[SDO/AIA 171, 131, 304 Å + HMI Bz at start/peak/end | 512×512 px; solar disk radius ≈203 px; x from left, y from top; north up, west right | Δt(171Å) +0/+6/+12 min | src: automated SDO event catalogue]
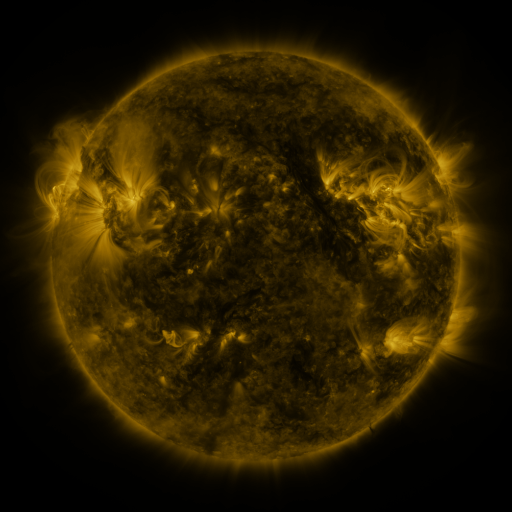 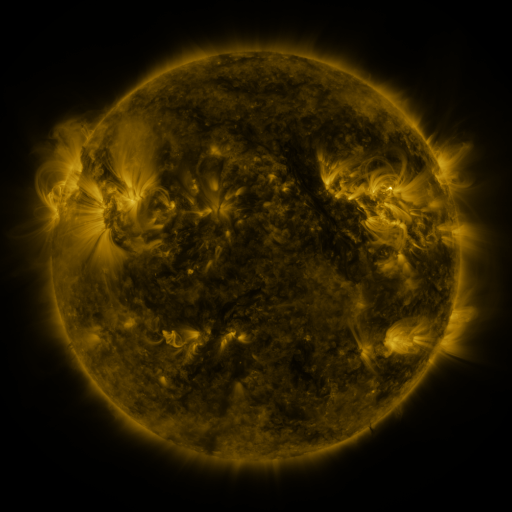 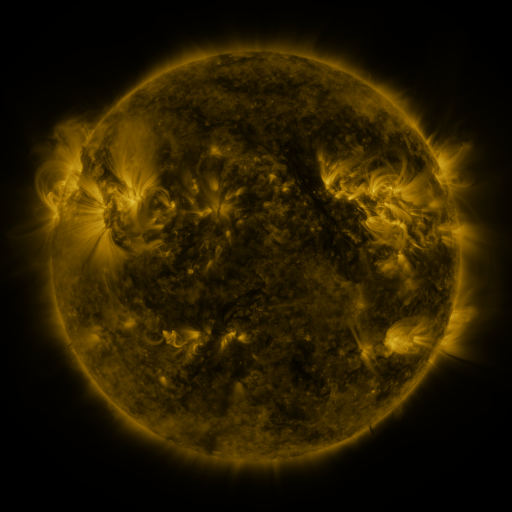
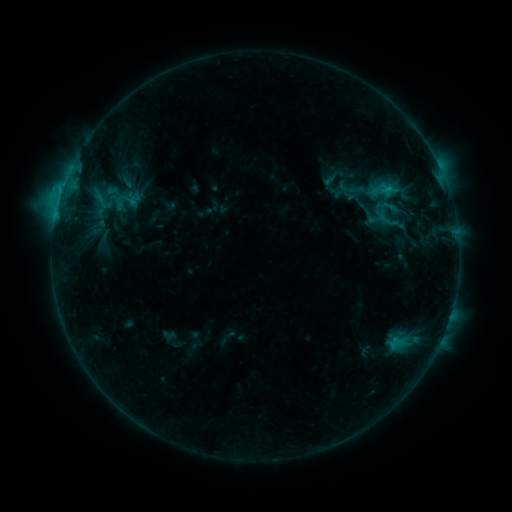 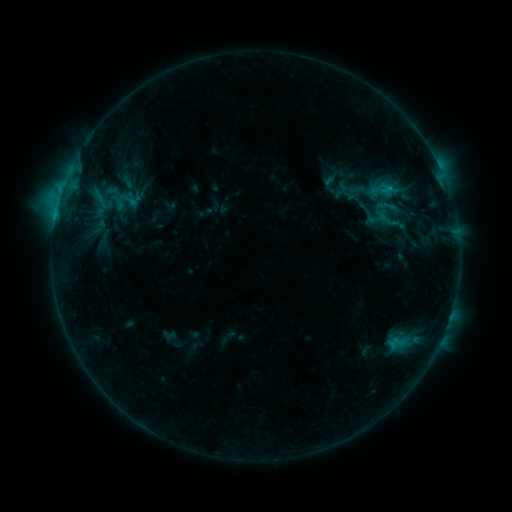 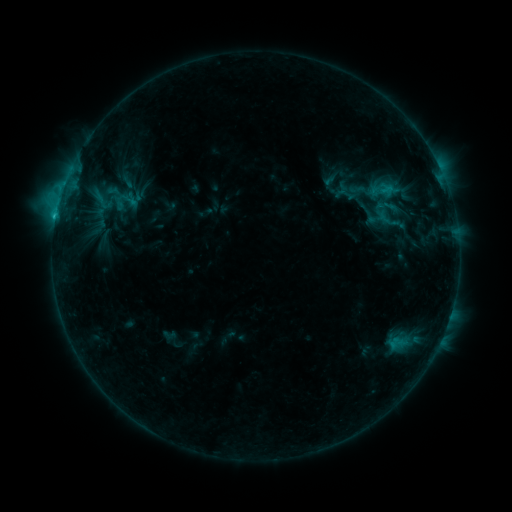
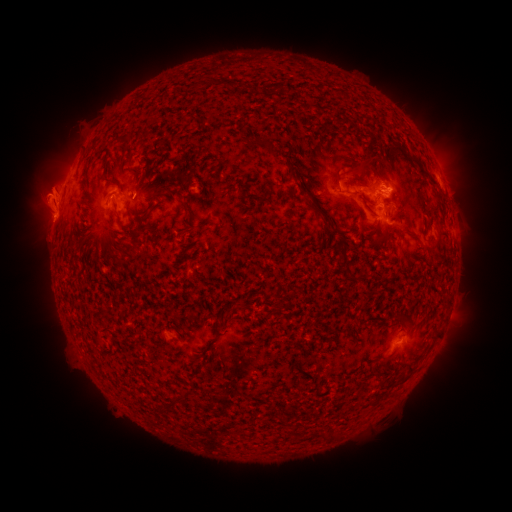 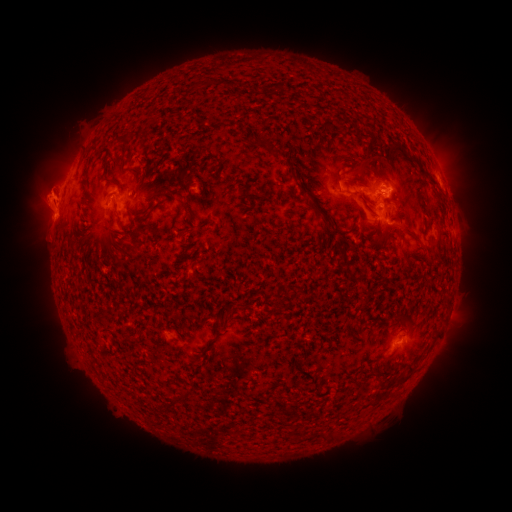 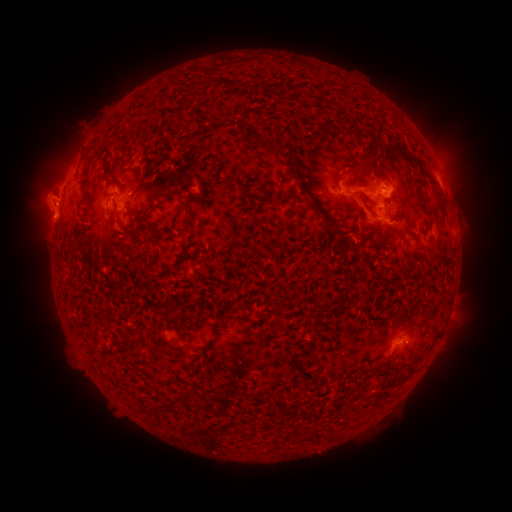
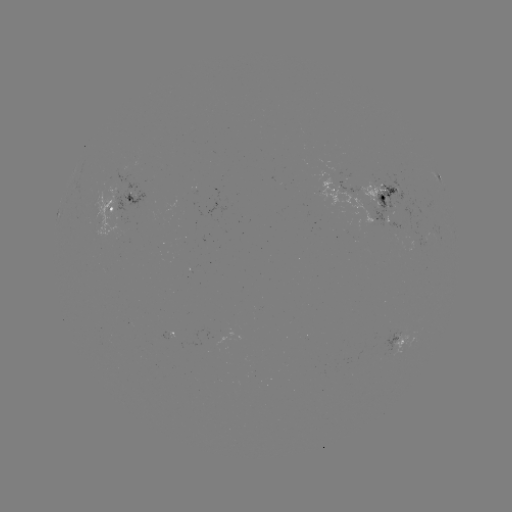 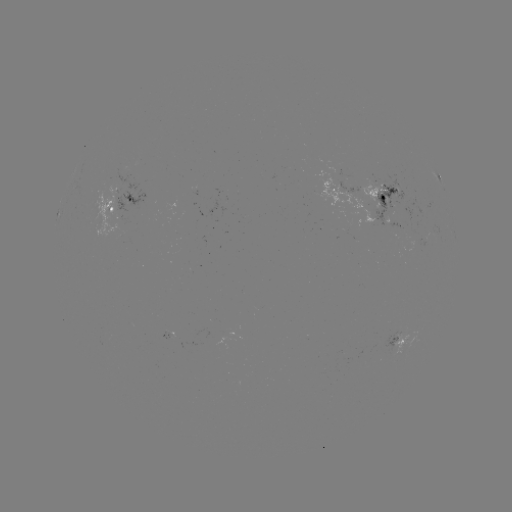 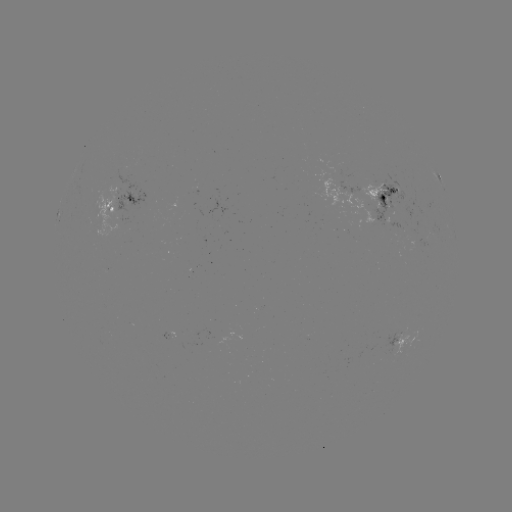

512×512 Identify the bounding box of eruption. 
[26, 178, 71, 217].